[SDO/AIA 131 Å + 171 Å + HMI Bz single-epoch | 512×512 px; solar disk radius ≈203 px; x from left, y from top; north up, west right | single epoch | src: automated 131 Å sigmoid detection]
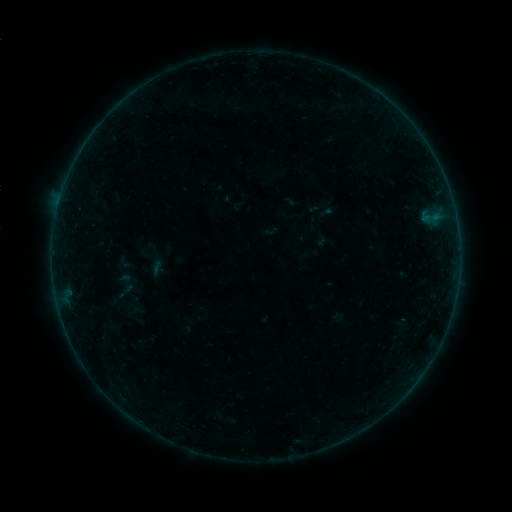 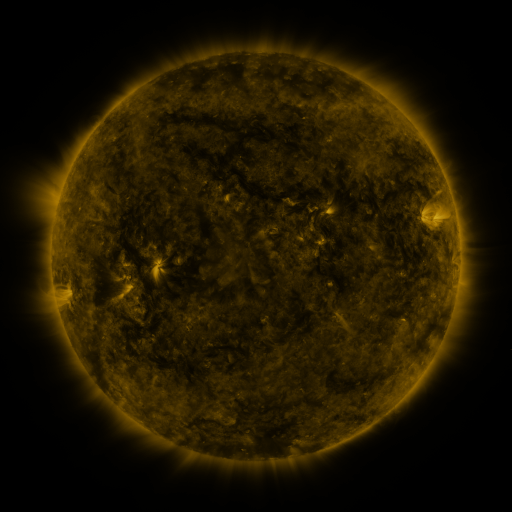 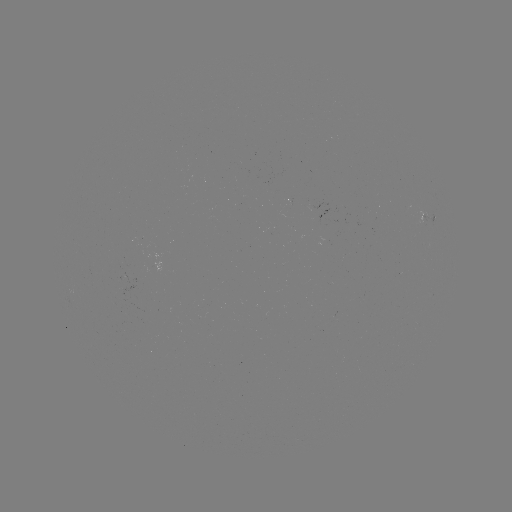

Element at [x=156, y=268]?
sigmoid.